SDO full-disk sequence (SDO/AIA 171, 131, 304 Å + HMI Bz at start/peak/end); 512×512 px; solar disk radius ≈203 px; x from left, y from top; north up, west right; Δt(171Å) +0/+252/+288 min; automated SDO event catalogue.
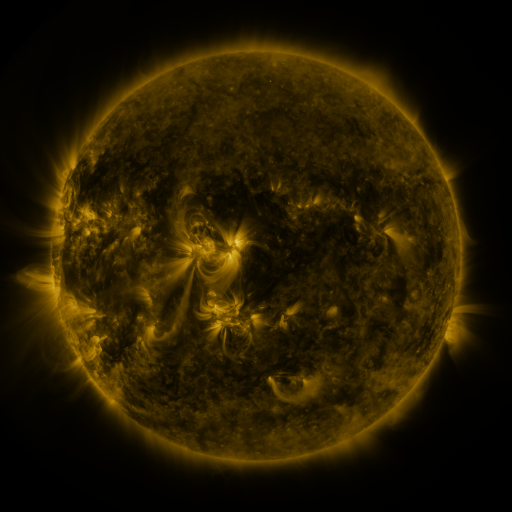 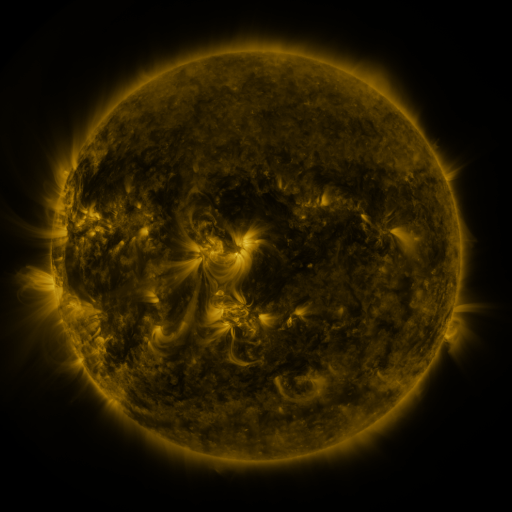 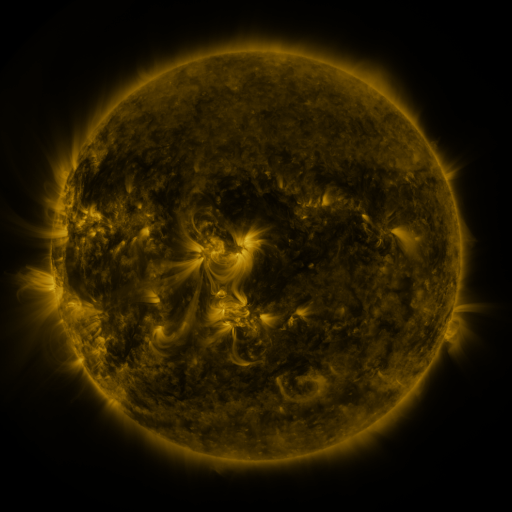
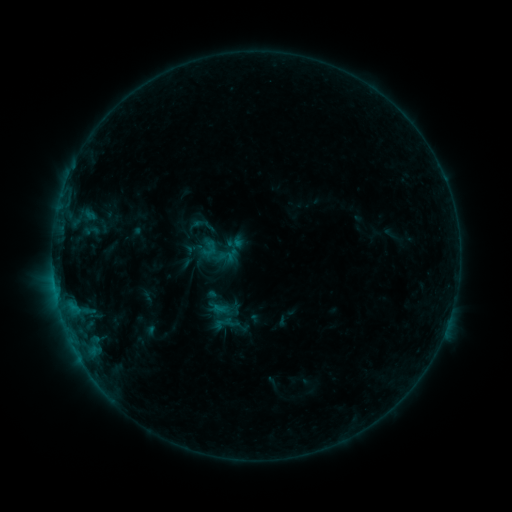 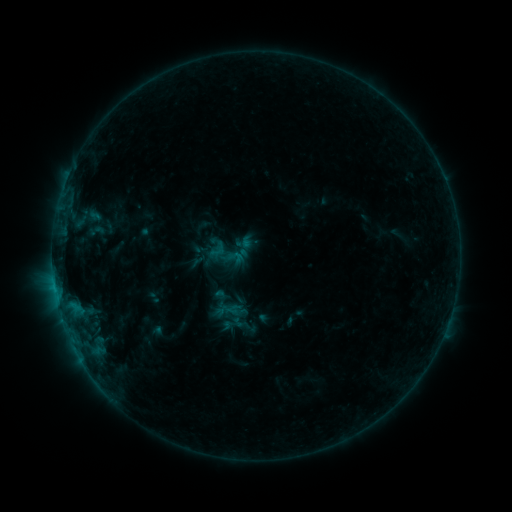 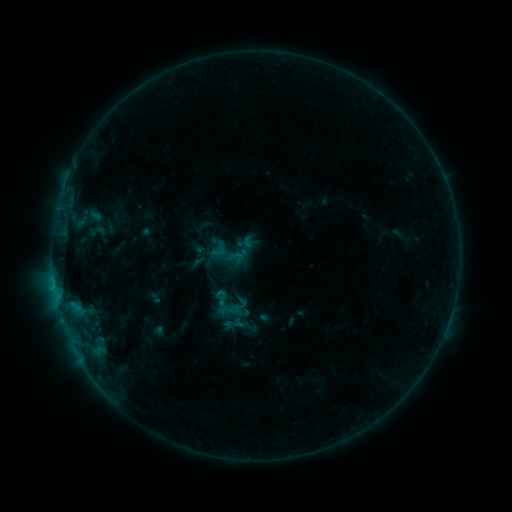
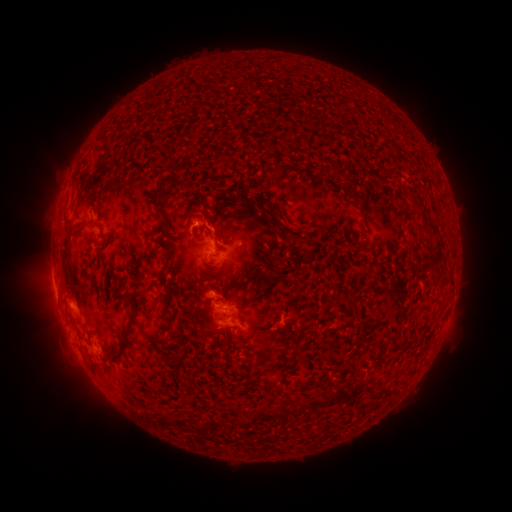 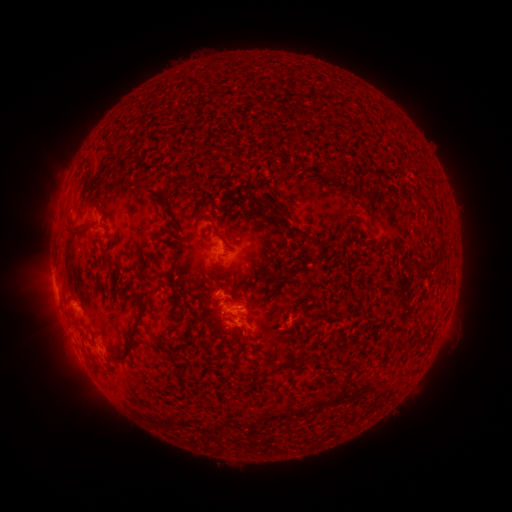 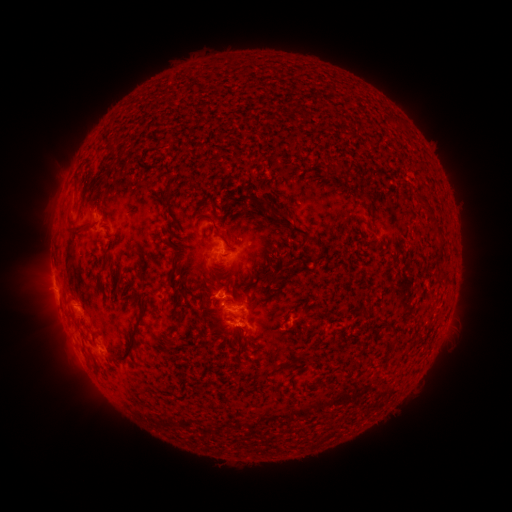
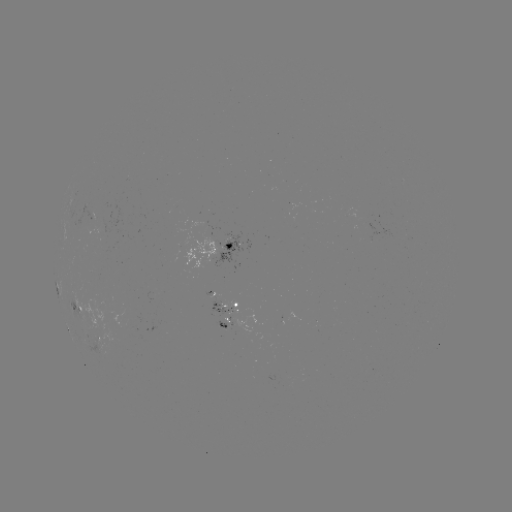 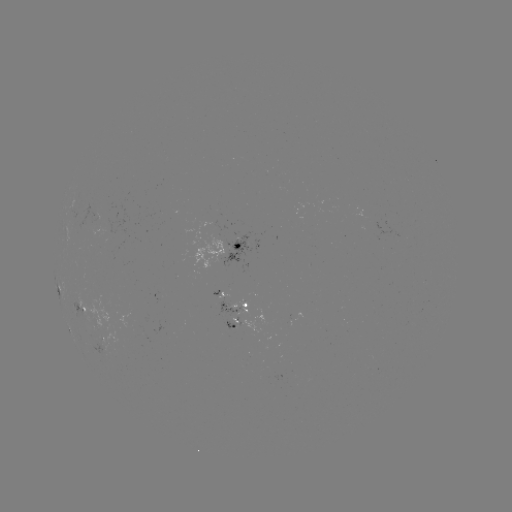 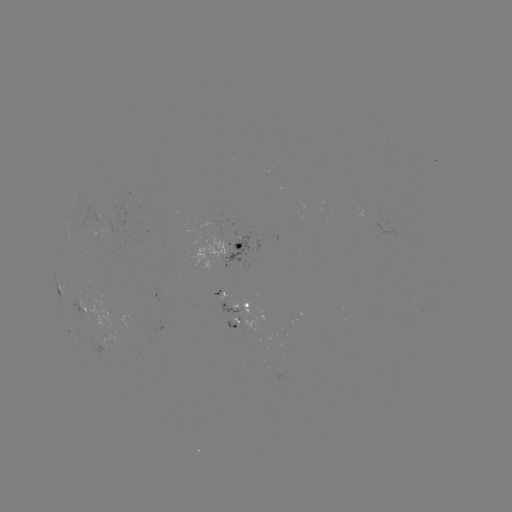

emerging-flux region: [219, 297, 249, 313]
